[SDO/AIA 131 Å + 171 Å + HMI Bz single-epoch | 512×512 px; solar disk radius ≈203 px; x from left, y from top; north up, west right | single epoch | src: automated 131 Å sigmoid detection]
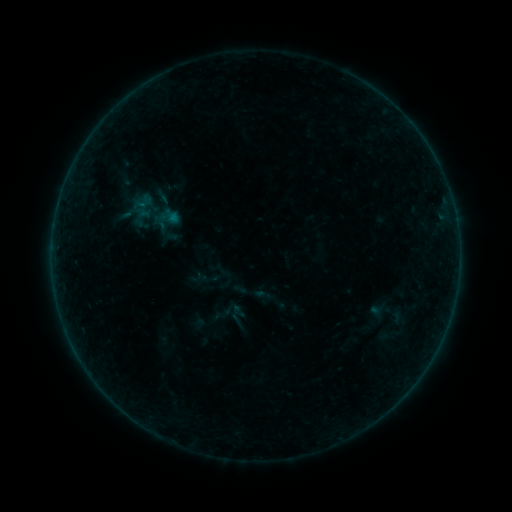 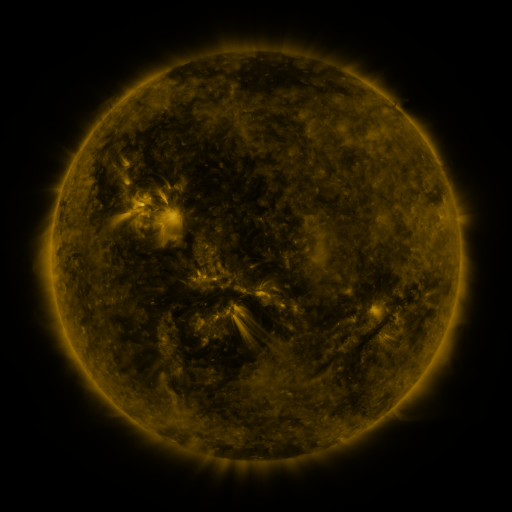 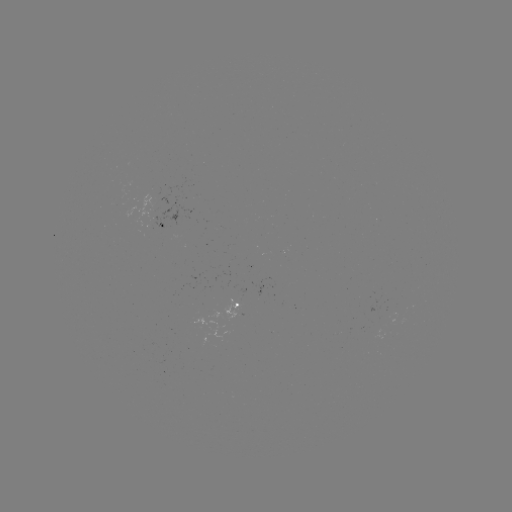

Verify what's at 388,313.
sigmoid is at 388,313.